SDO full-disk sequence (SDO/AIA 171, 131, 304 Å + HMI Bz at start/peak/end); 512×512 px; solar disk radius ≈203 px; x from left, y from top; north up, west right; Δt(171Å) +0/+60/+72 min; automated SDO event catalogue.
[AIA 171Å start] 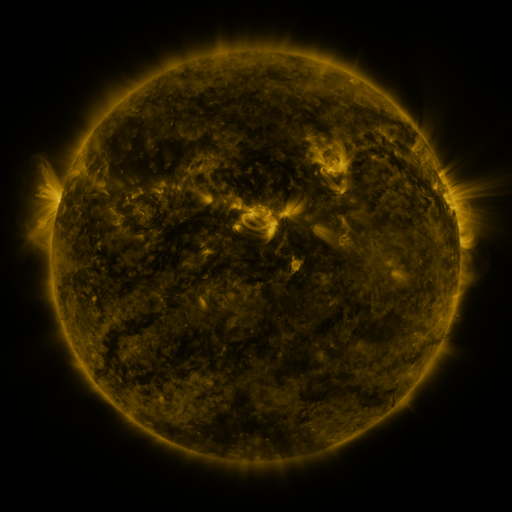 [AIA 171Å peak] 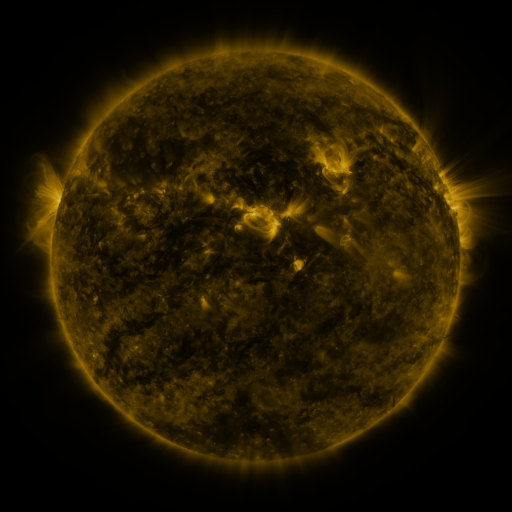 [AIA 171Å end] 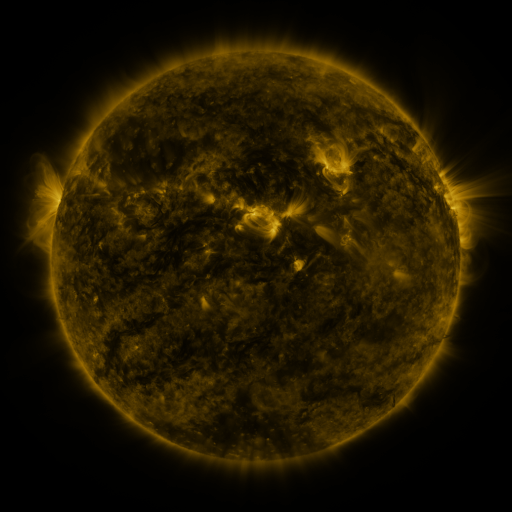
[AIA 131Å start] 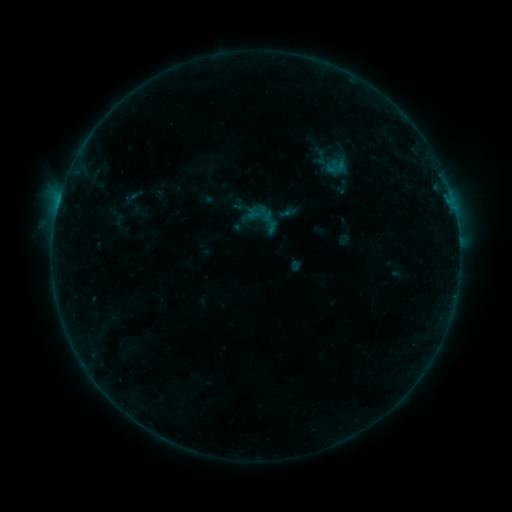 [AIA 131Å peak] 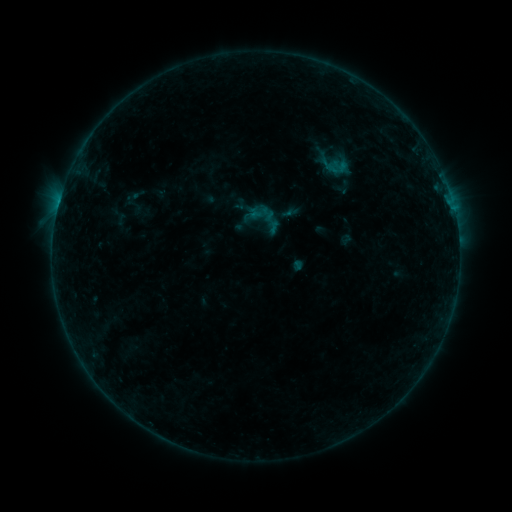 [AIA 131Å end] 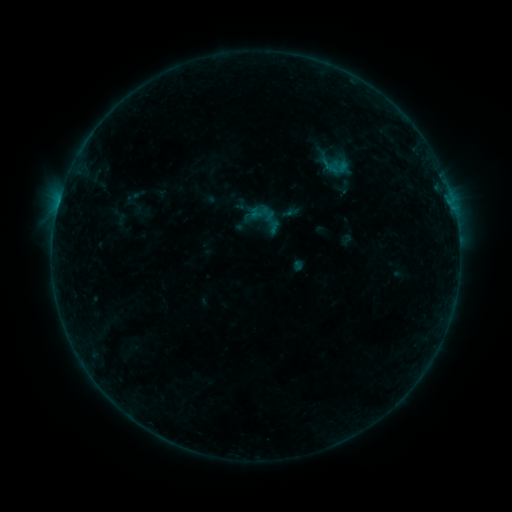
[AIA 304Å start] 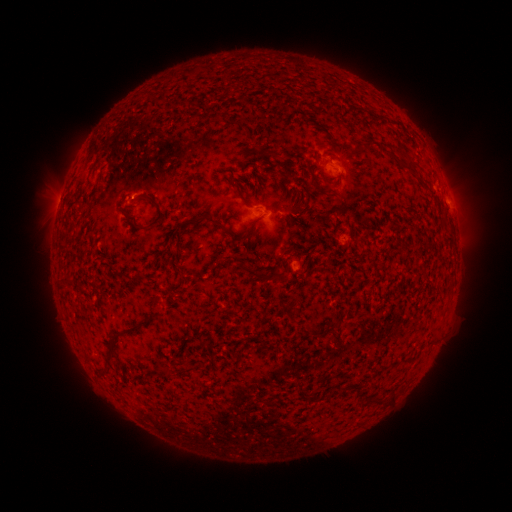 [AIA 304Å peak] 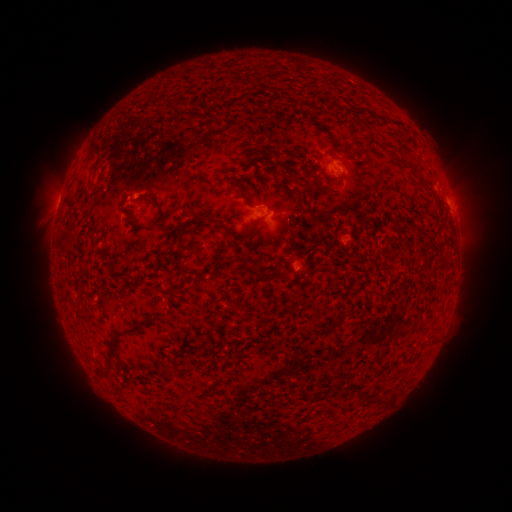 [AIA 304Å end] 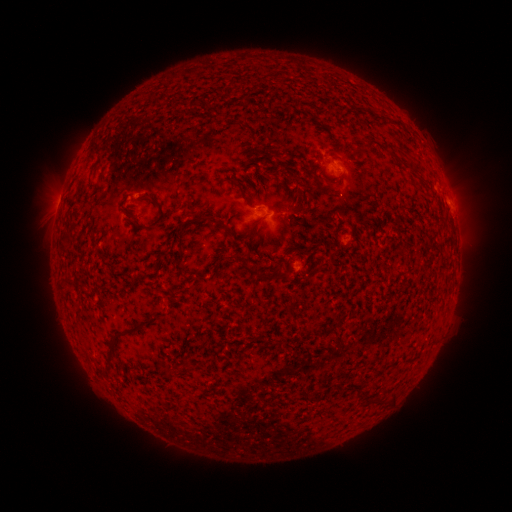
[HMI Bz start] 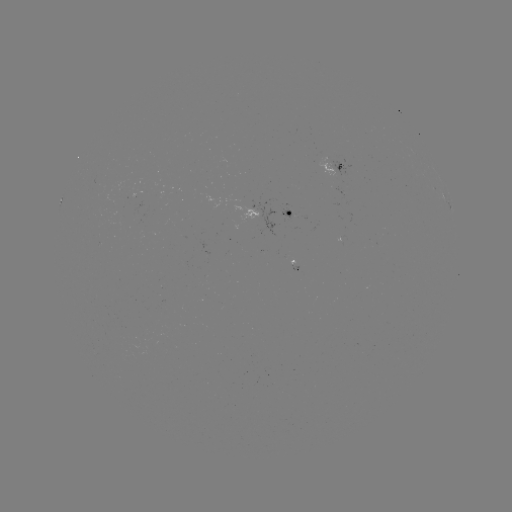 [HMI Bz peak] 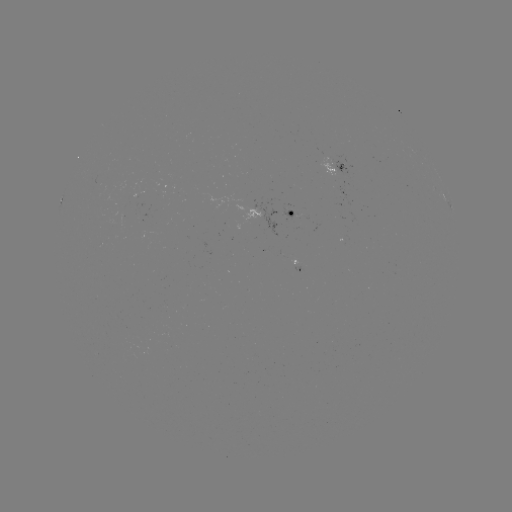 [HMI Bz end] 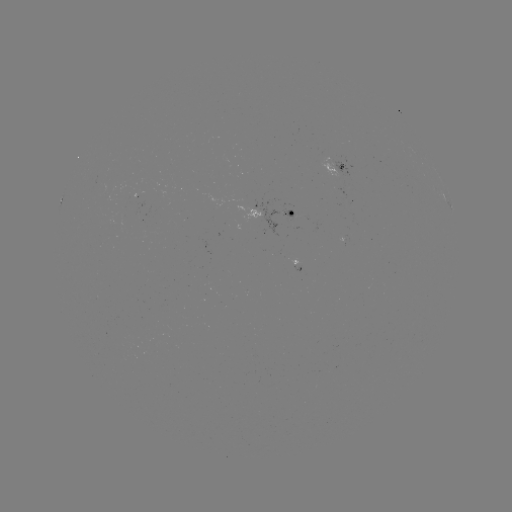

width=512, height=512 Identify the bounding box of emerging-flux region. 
[341, 163, 352, 168].